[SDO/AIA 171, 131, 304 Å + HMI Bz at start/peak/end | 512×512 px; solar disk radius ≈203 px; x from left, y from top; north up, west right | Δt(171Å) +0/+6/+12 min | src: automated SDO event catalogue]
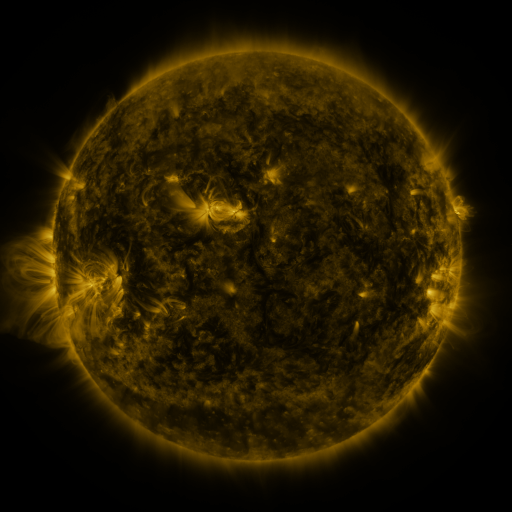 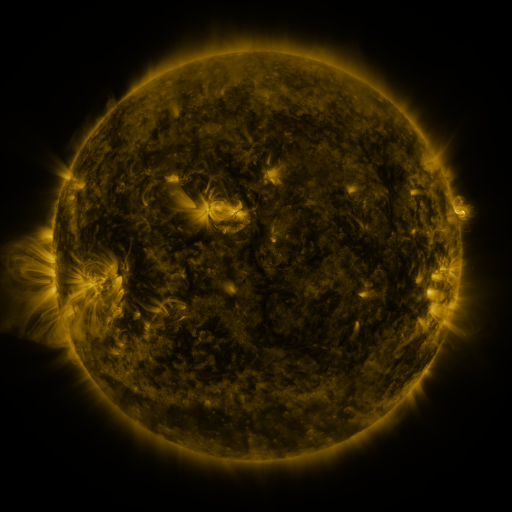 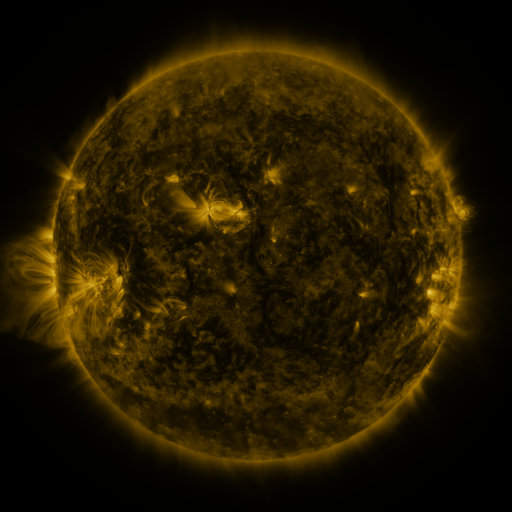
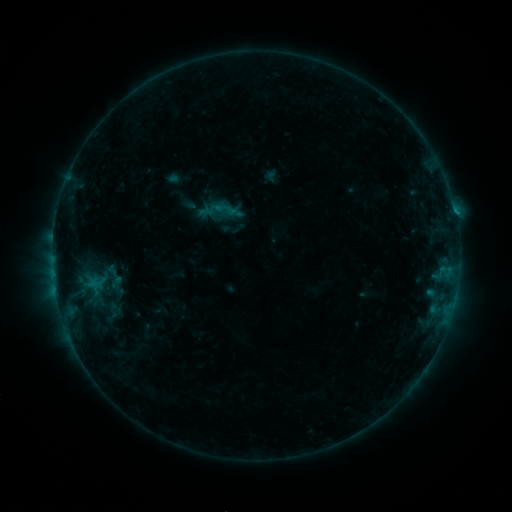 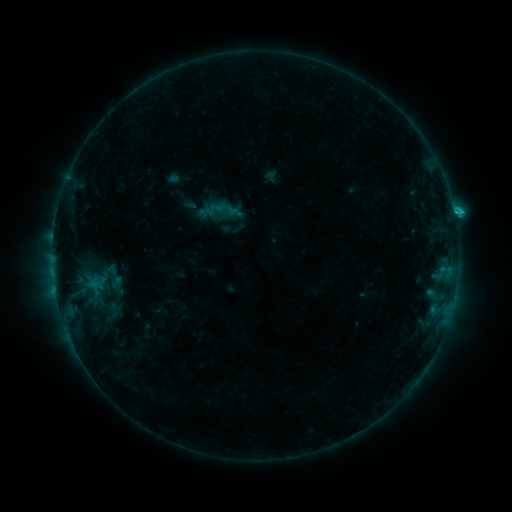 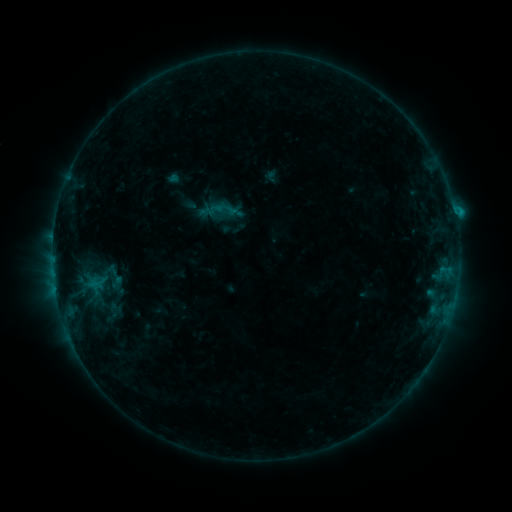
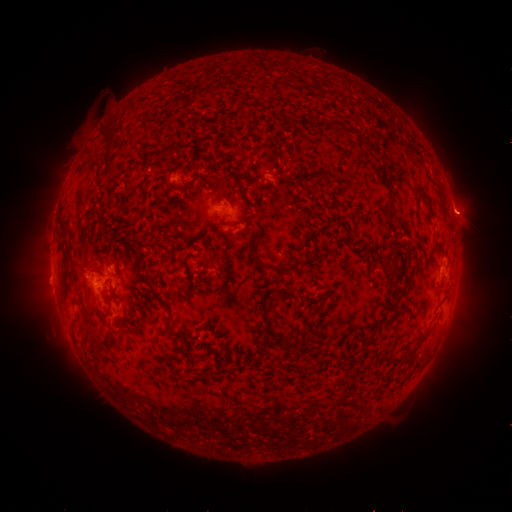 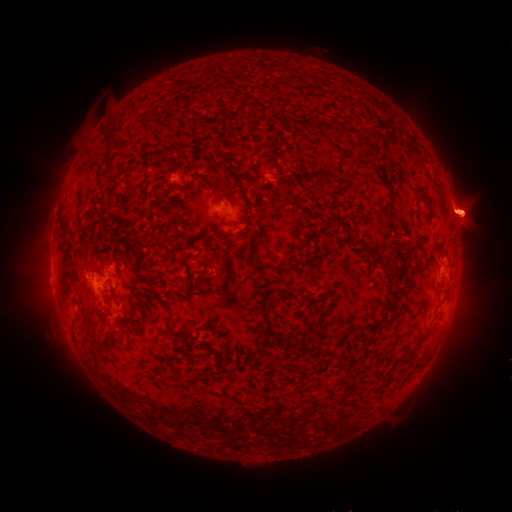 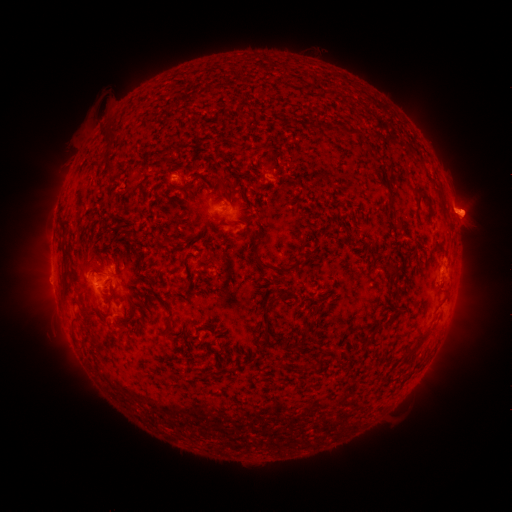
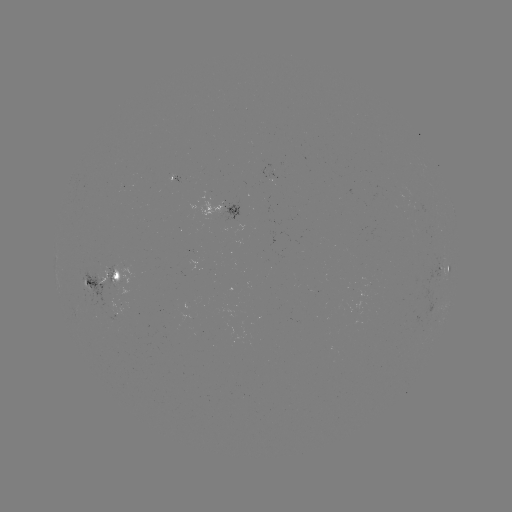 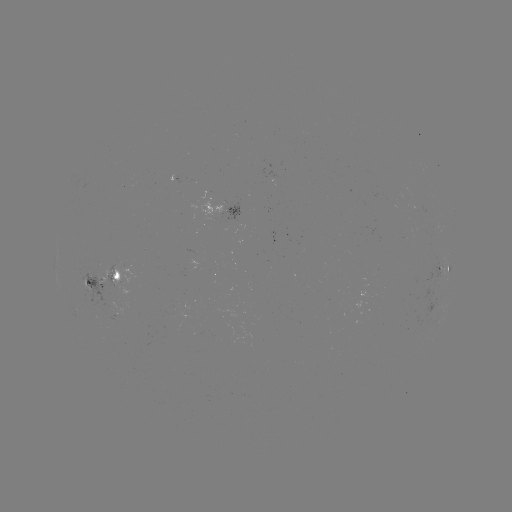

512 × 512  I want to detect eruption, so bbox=[417, 156, 501, 277].